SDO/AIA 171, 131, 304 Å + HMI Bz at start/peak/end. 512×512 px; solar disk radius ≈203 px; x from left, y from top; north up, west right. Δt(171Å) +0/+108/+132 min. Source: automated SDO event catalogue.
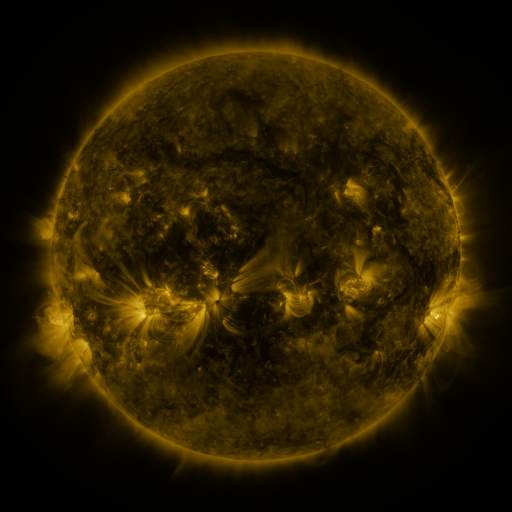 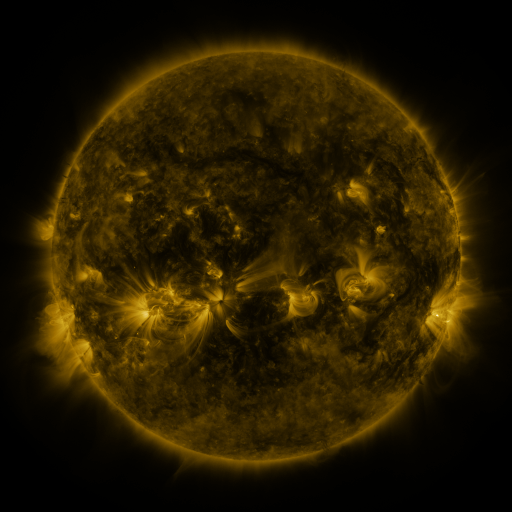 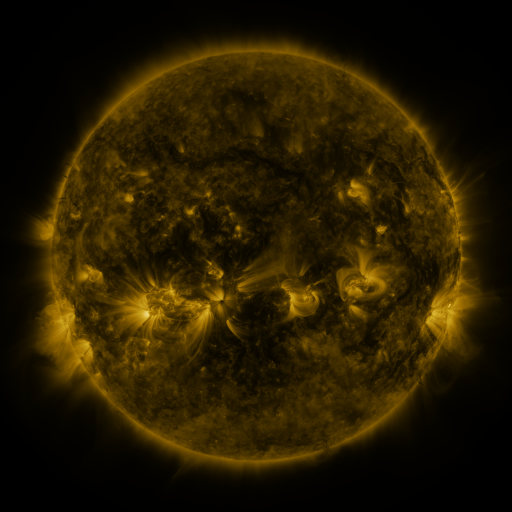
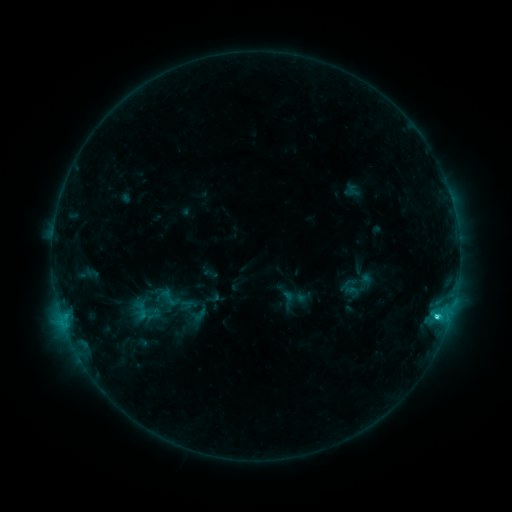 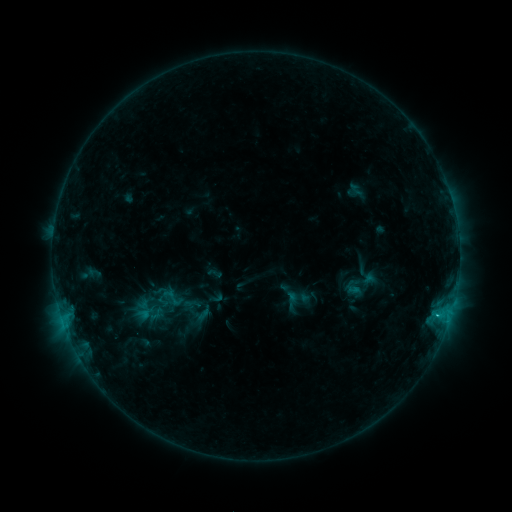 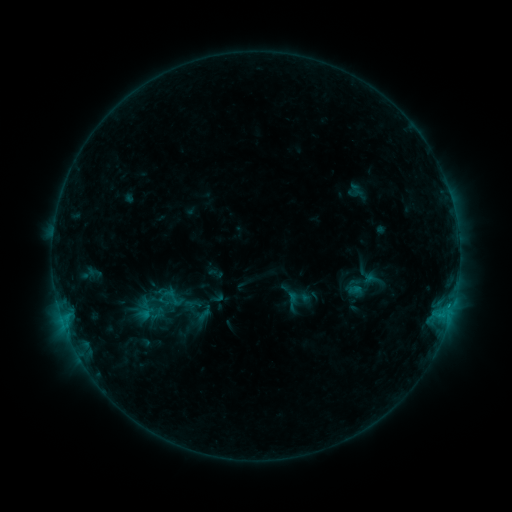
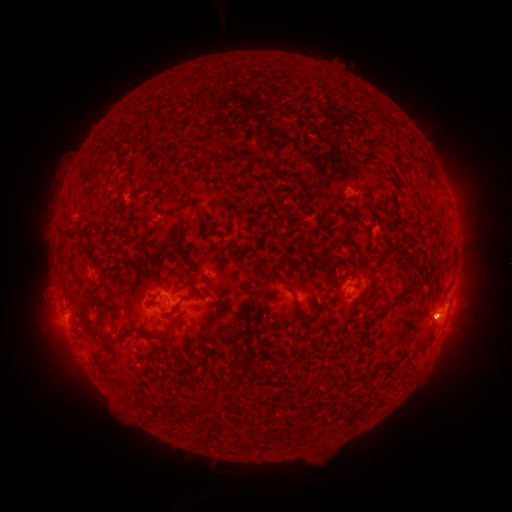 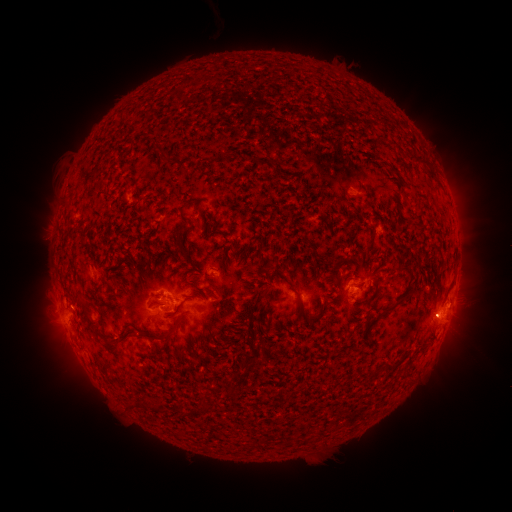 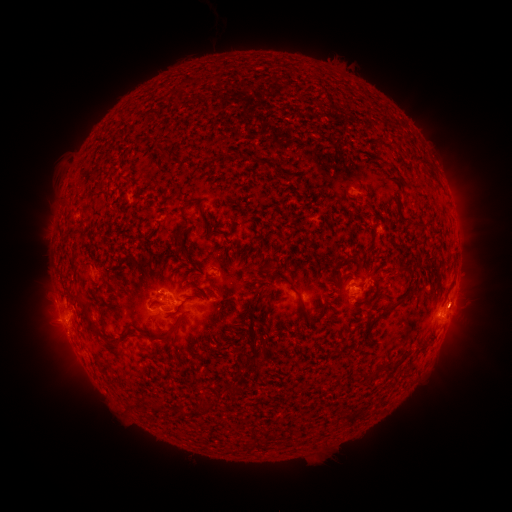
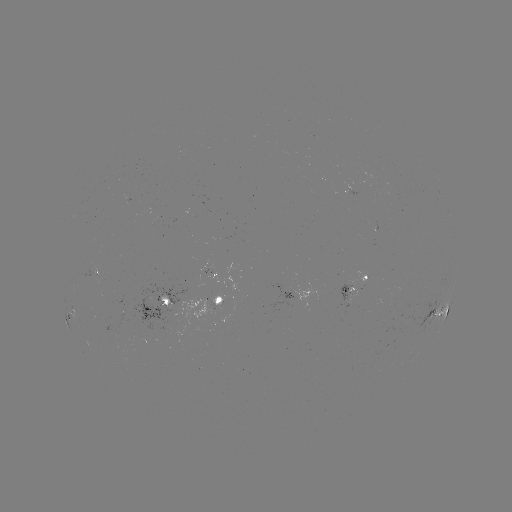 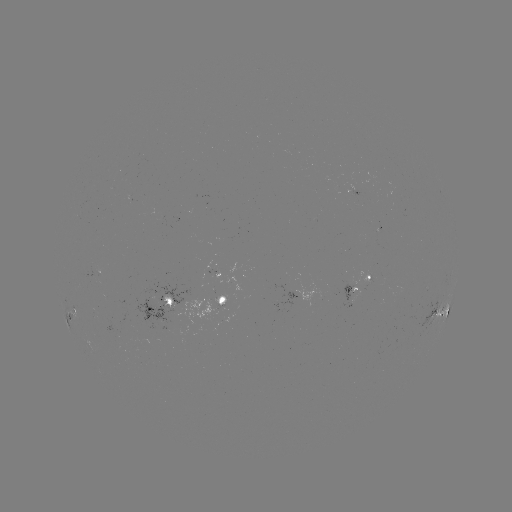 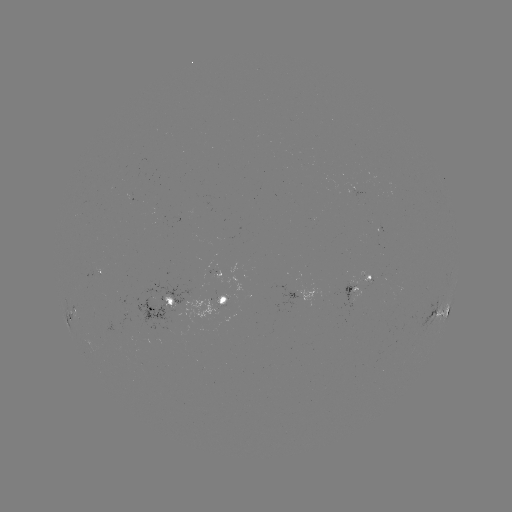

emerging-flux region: [161, 296, 176, 310]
